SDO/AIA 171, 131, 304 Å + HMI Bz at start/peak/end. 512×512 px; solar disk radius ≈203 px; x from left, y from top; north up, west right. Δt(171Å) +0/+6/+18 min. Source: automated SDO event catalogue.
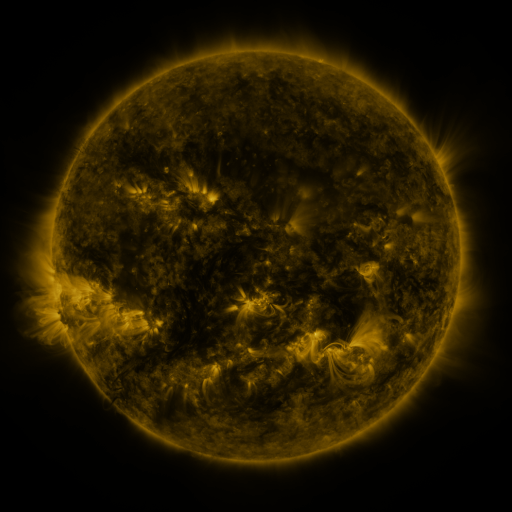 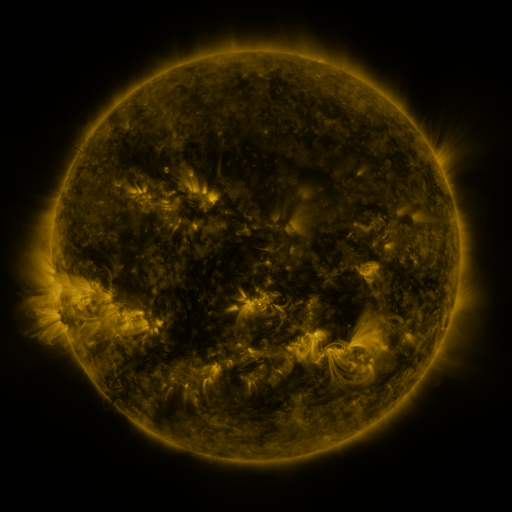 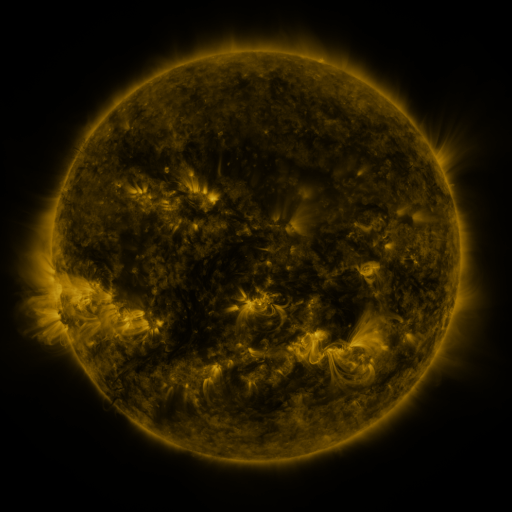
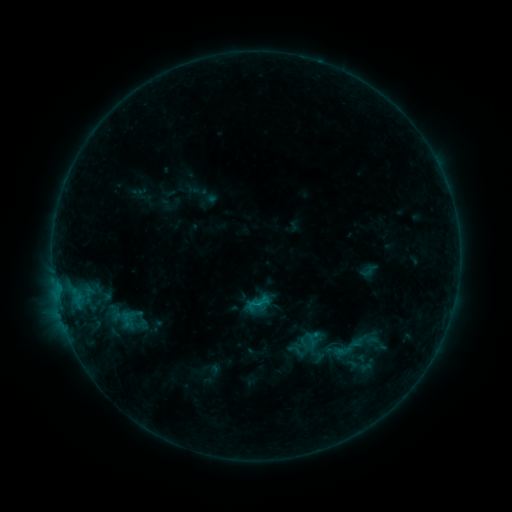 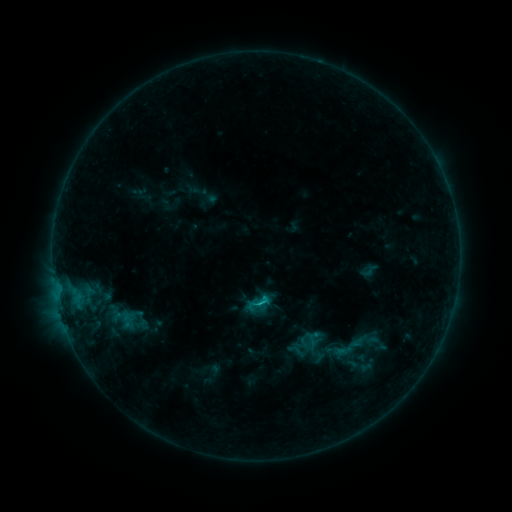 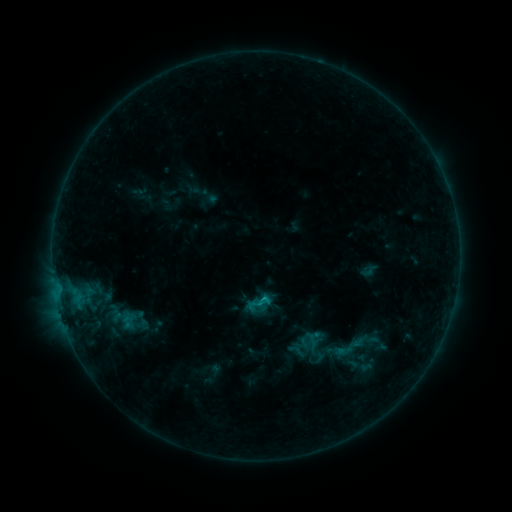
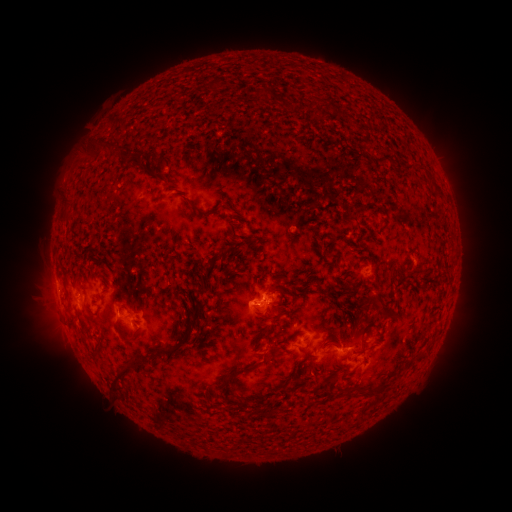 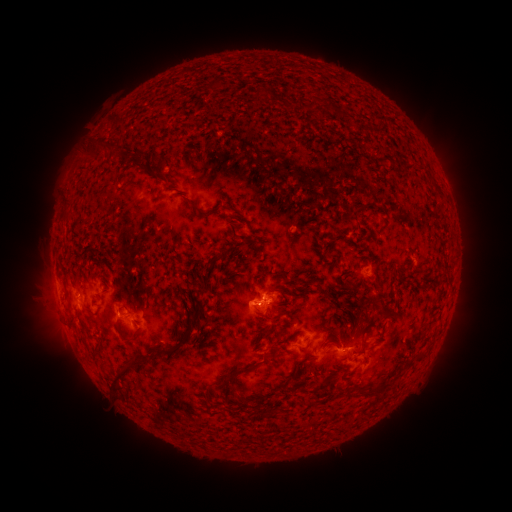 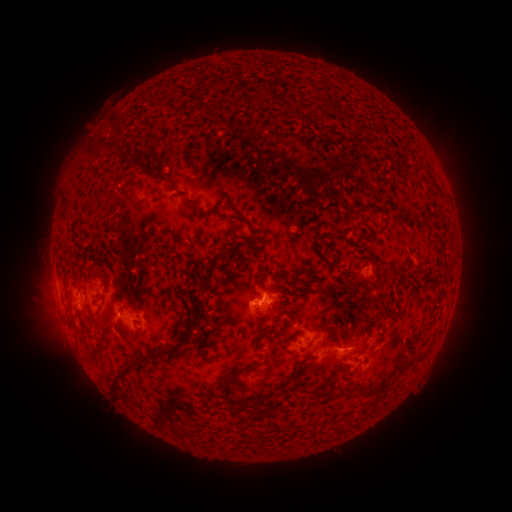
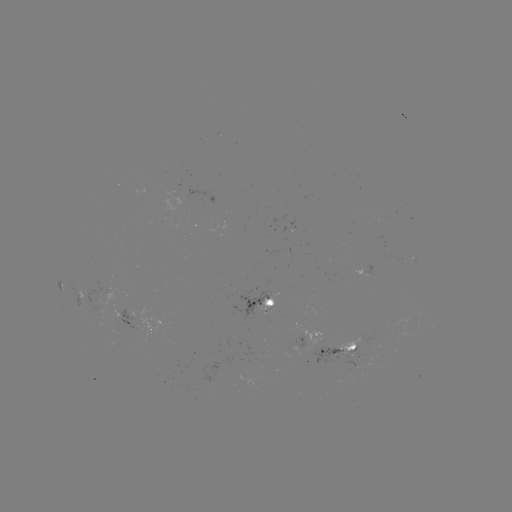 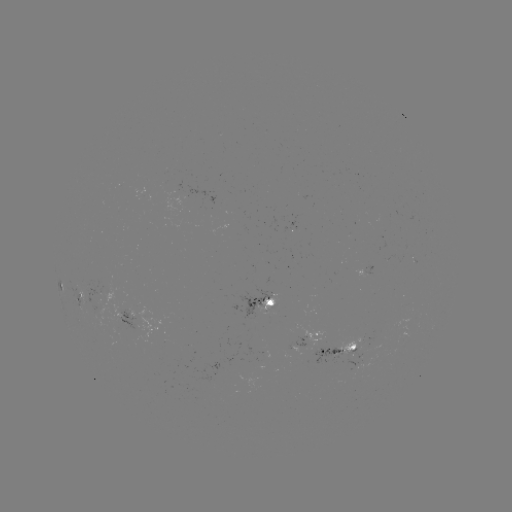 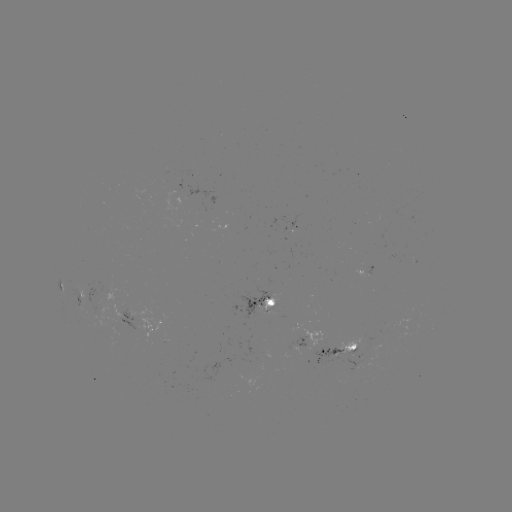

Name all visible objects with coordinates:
C1.0 flare: (259, 300)
